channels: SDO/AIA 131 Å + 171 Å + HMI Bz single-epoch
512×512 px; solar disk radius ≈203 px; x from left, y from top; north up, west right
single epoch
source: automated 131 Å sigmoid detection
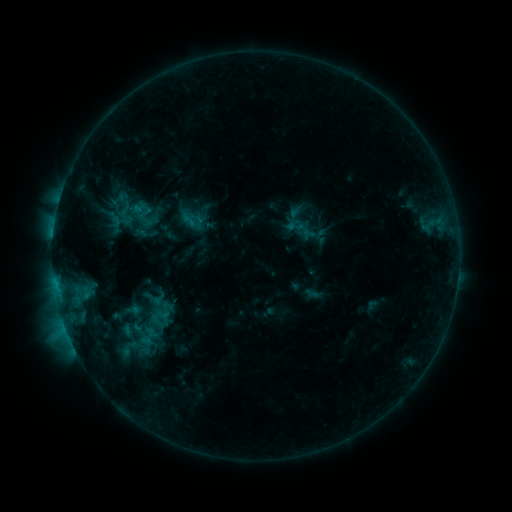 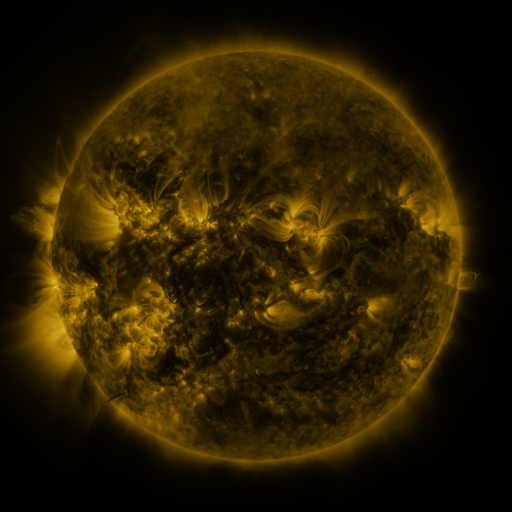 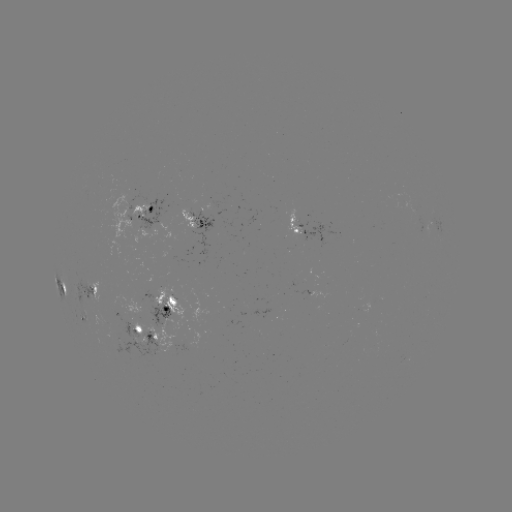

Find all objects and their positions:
sigmoid: <bbox>184, 212, 202, 230</bbox>
sigmoid: <bbox>288, 217, 307, 235</bbox>
sigmoid: <bbox>144, 293, 178, 323</bbox>
